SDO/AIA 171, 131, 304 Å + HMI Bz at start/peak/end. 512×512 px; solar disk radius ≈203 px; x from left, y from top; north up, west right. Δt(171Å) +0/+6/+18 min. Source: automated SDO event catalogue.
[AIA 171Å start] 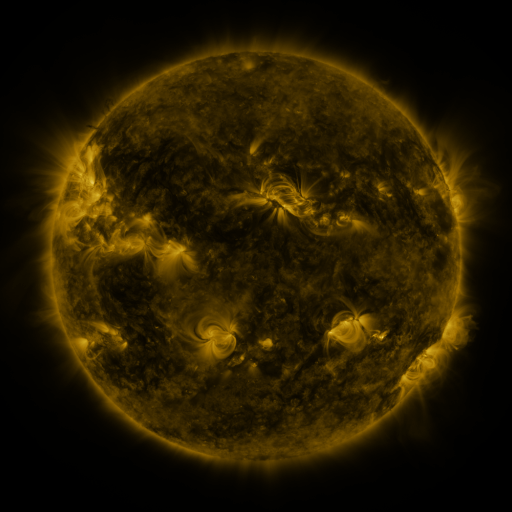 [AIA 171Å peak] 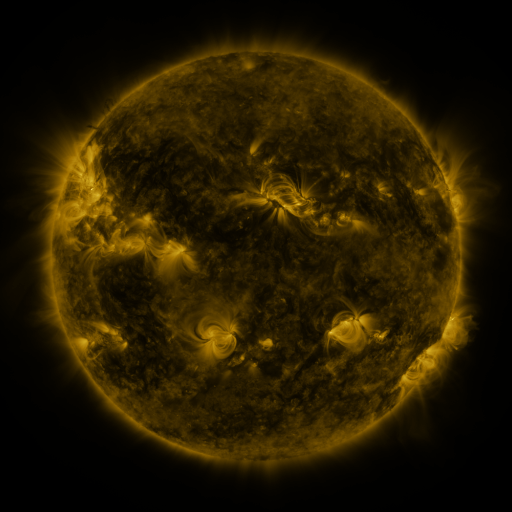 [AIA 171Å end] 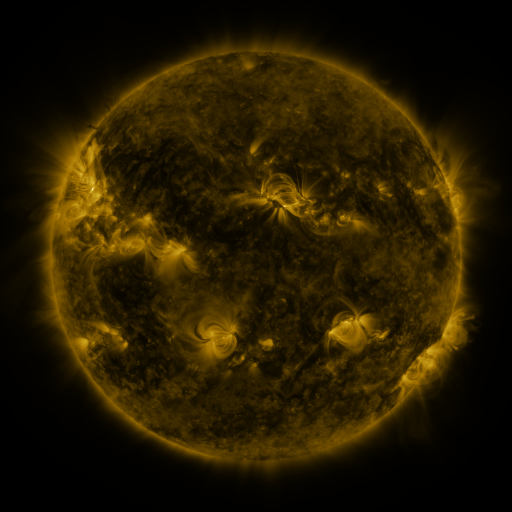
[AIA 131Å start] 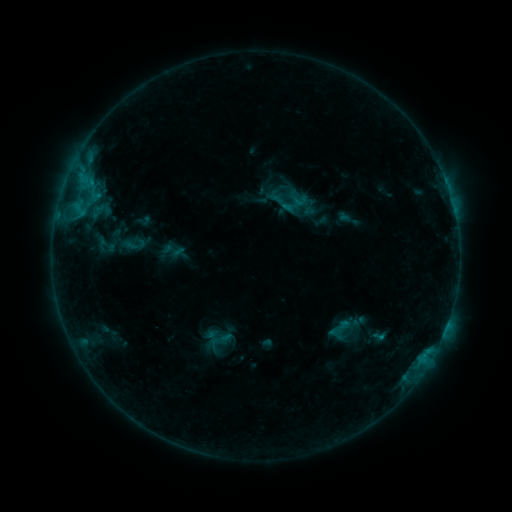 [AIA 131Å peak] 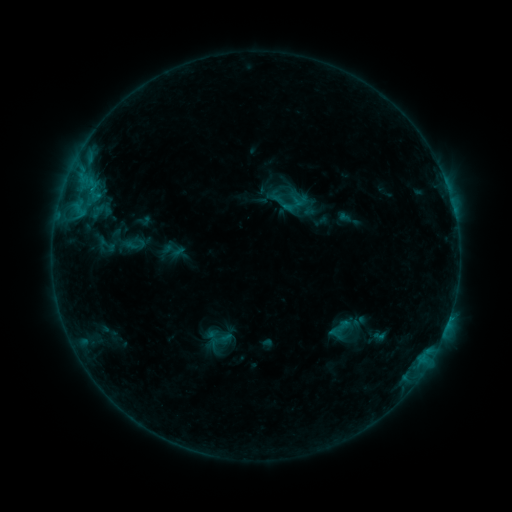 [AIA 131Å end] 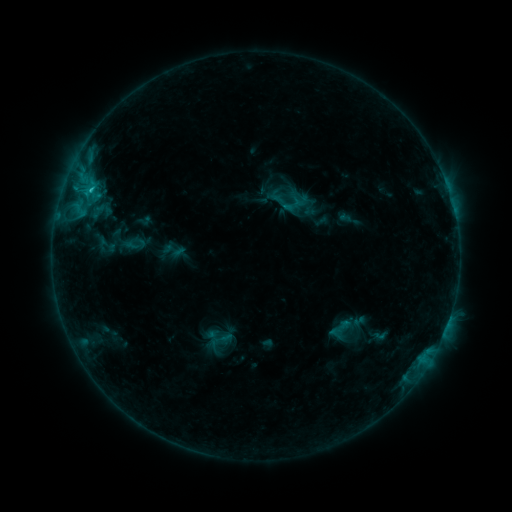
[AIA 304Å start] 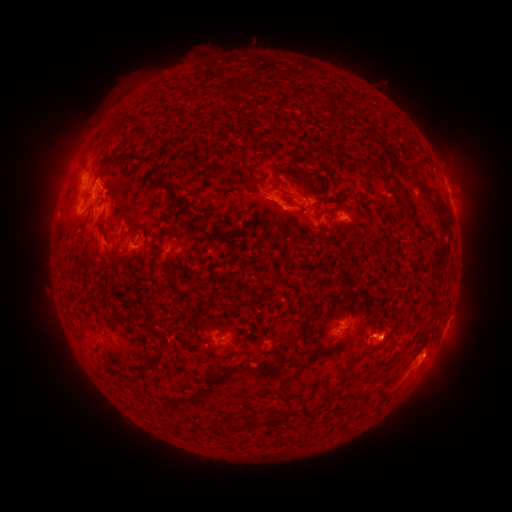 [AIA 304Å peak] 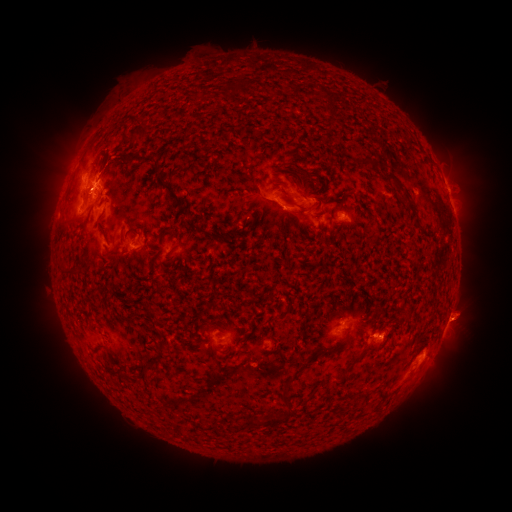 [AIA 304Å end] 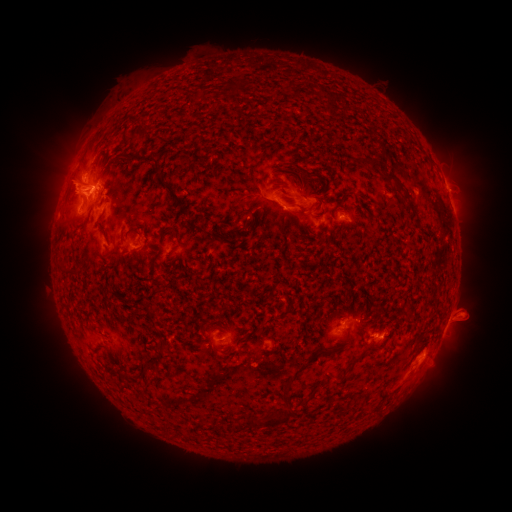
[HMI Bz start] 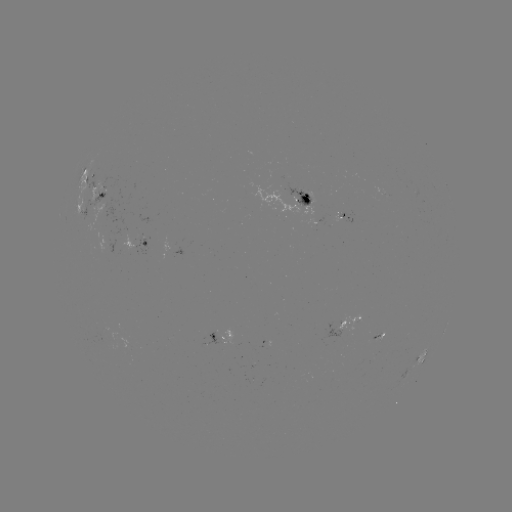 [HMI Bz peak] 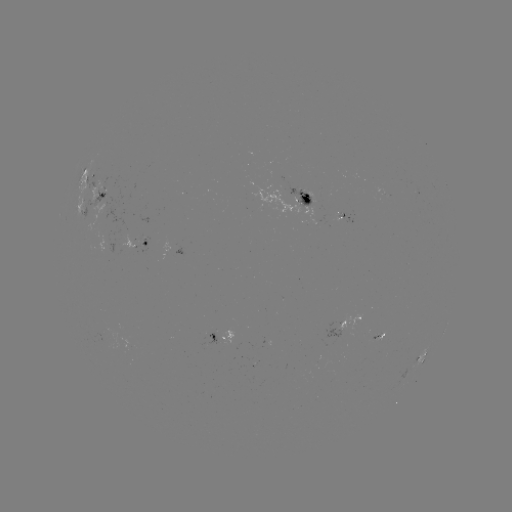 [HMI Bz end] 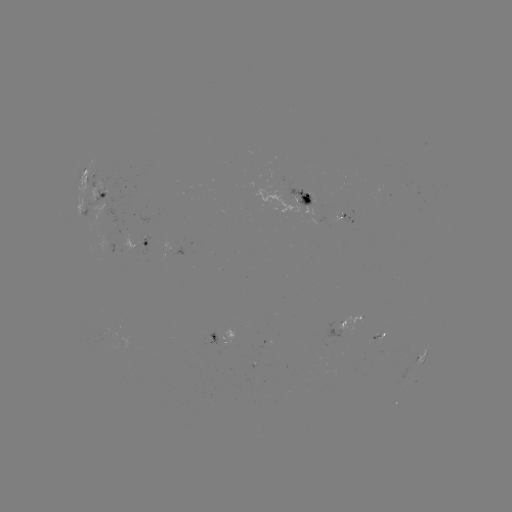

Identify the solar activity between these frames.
eruption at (82, 183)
